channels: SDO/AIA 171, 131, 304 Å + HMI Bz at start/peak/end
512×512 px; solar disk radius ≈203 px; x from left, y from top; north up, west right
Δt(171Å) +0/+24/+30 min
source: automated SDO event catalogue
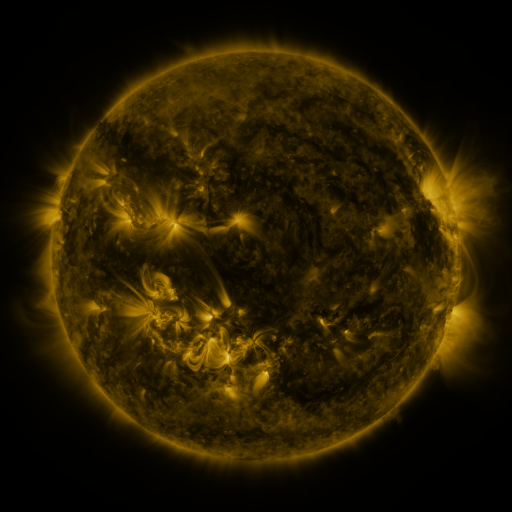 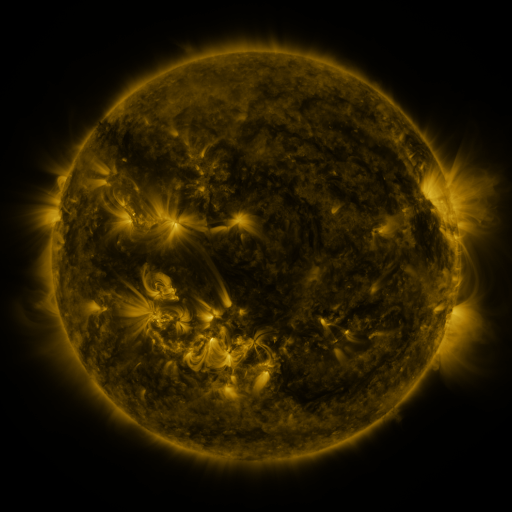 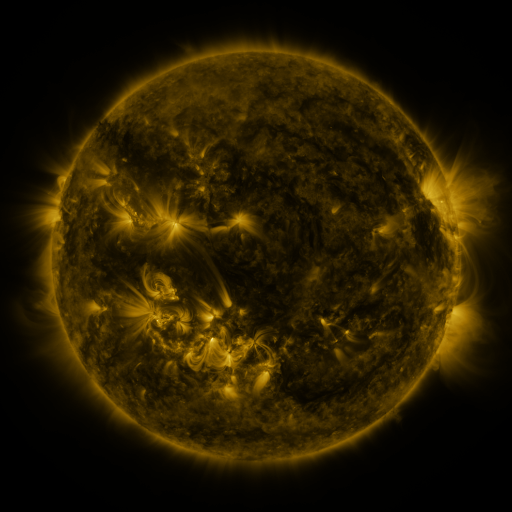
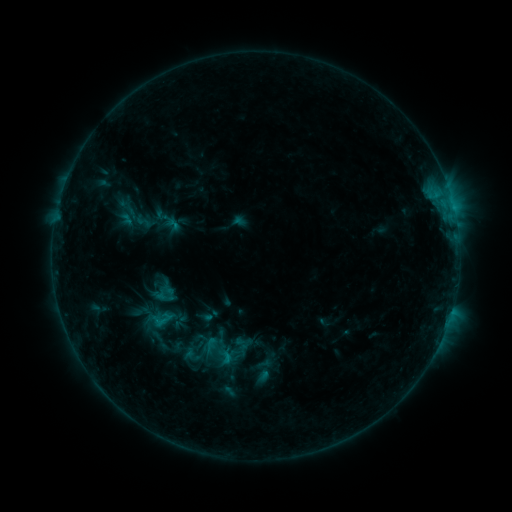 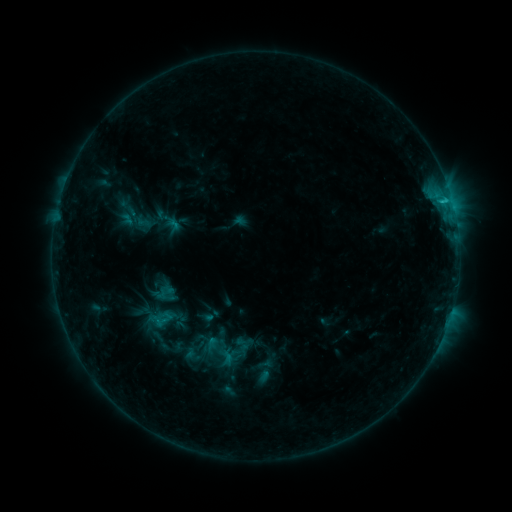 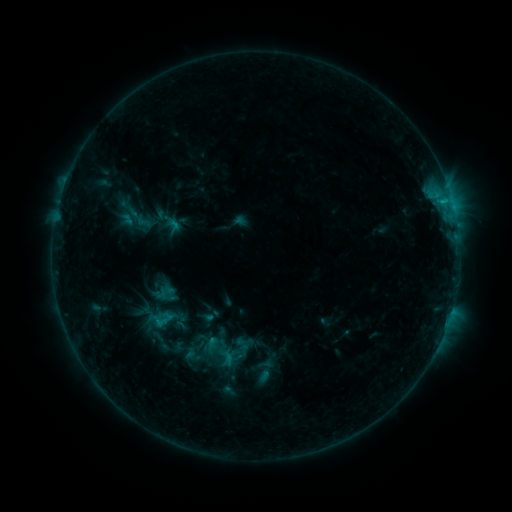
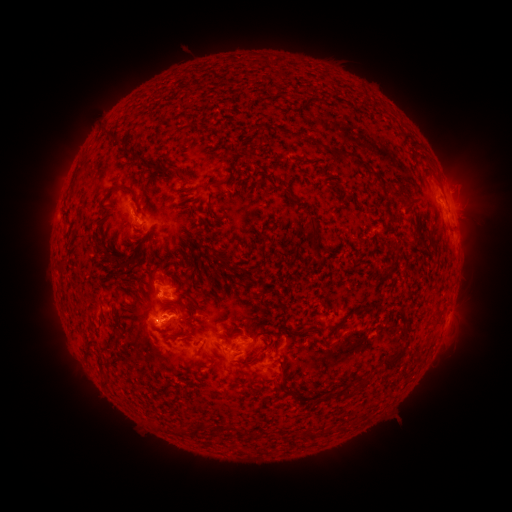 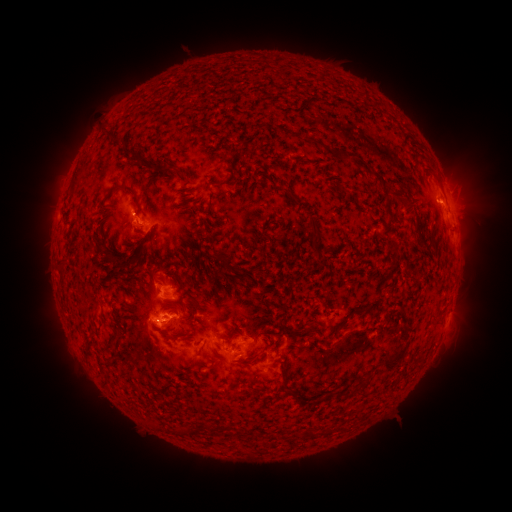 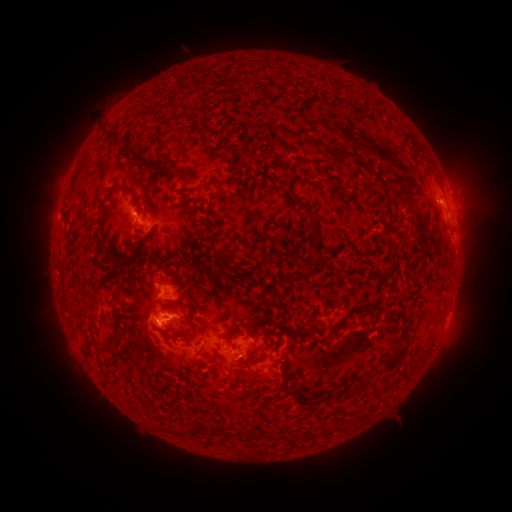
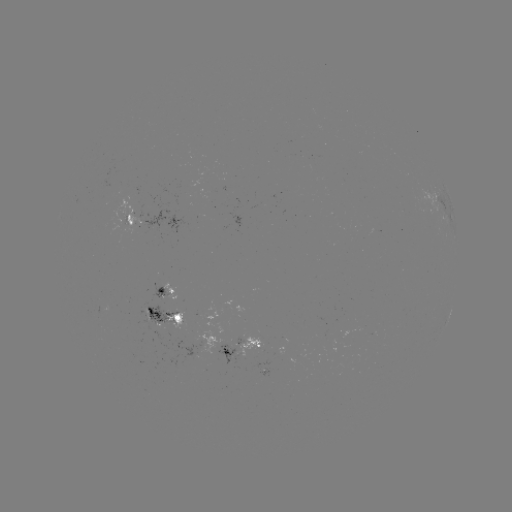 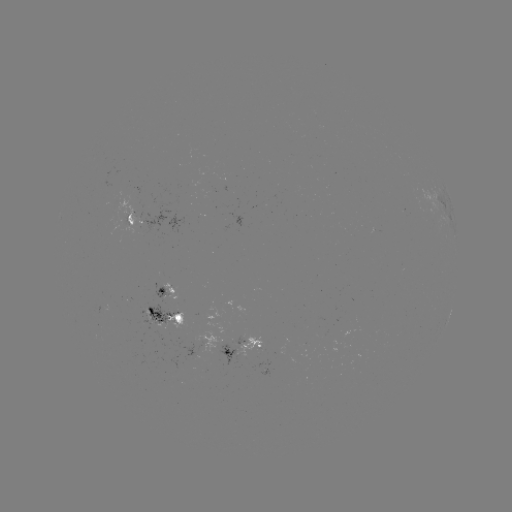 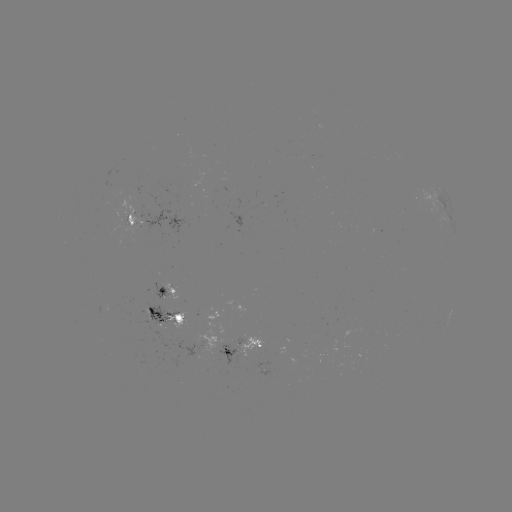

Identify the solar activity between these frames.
C1.3 flare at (441, 204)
